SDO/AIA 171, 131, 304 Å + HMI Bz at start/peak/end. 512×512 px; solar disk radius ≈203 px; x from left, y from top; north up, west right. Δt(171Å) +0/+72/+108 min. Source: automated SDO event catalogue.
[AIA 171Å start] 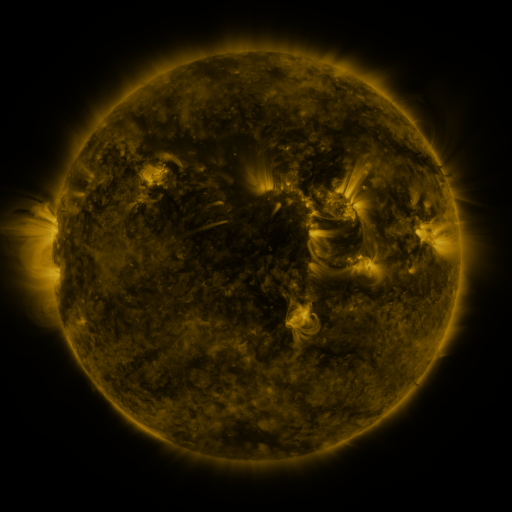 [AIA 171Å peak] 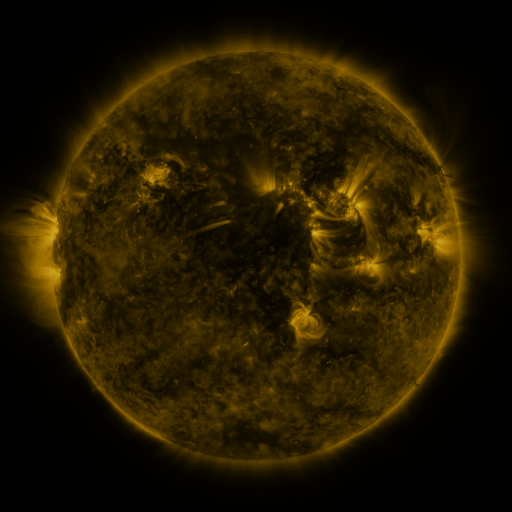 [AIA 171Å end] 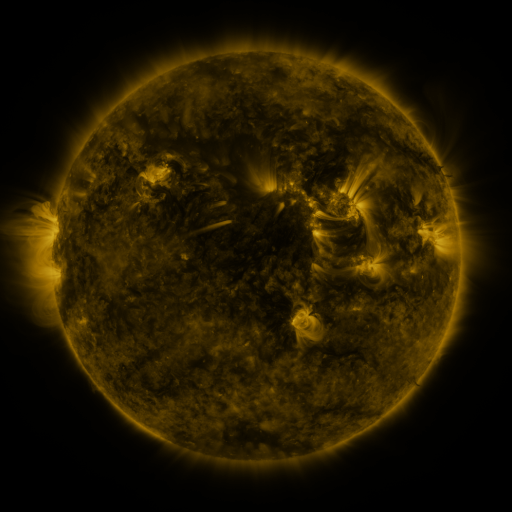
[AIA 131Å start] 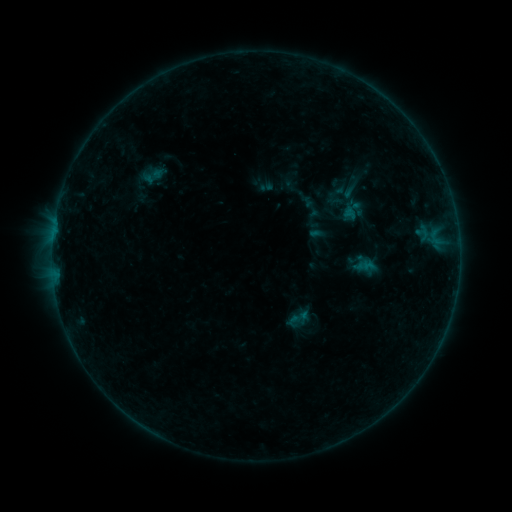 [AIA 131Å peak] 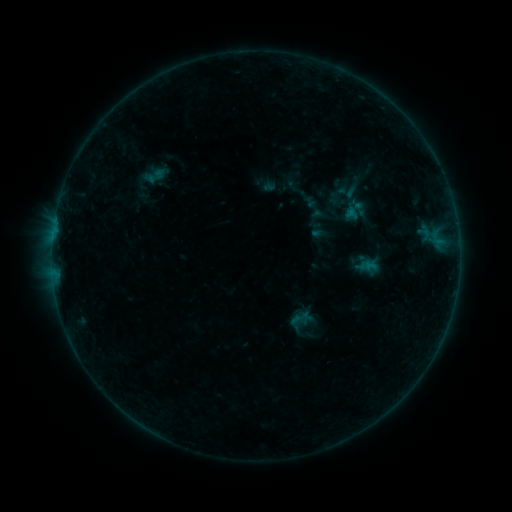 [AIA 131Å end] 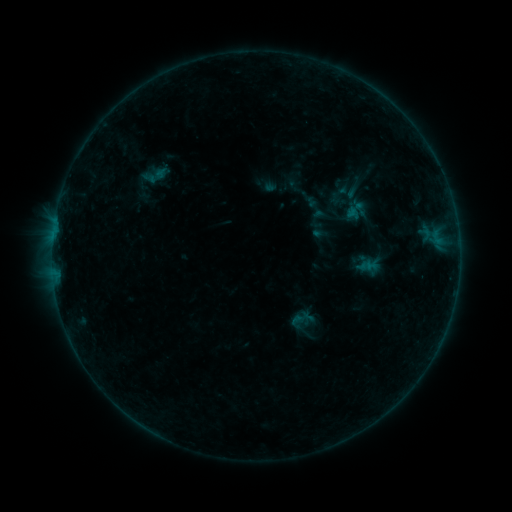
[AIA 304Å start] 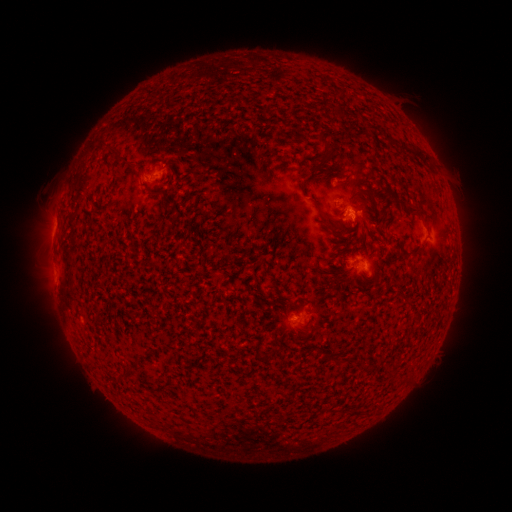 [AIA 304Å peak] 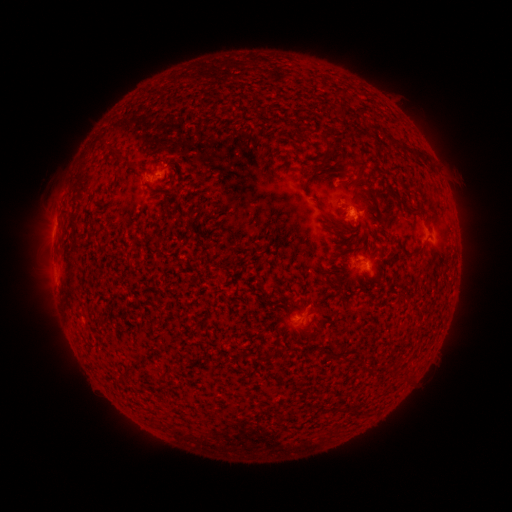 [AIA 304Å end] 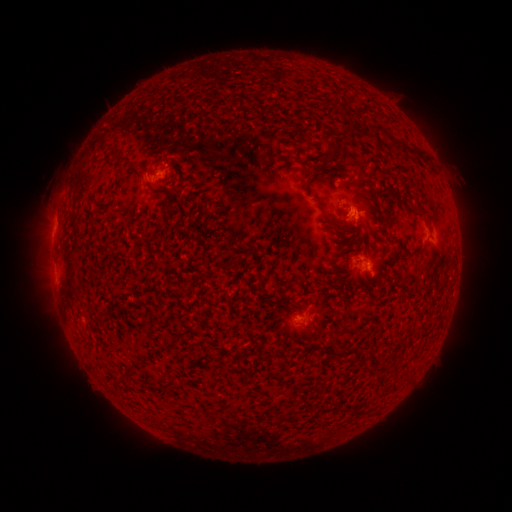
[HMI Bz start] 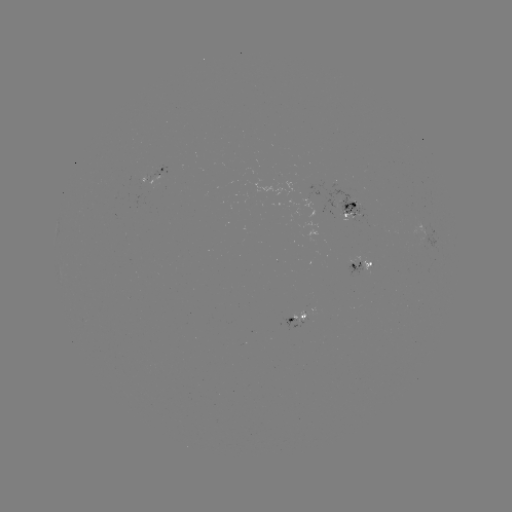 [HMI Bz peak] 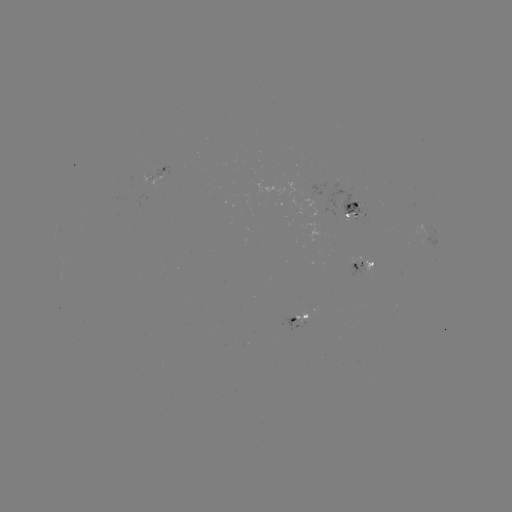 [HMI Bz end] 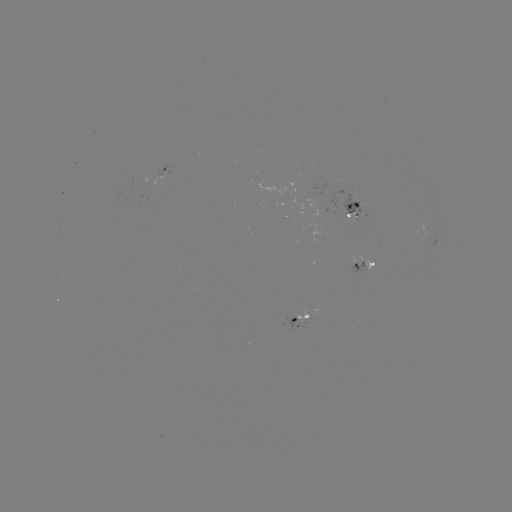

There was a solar emerging-flux region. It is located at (428, 231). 